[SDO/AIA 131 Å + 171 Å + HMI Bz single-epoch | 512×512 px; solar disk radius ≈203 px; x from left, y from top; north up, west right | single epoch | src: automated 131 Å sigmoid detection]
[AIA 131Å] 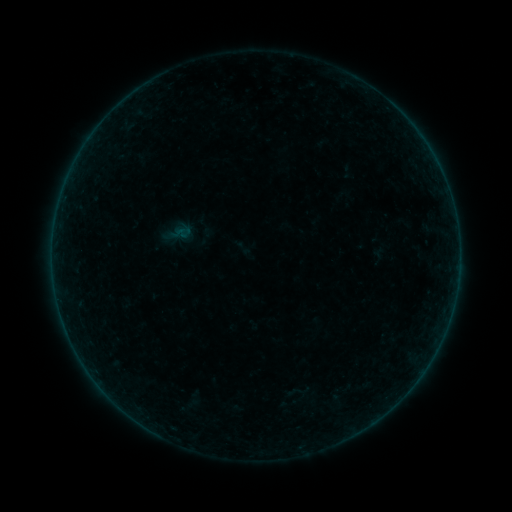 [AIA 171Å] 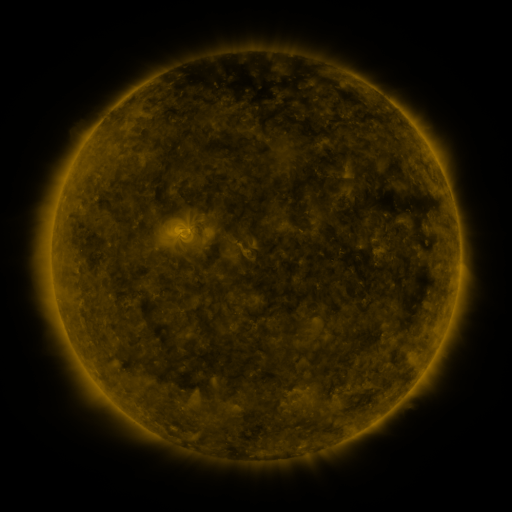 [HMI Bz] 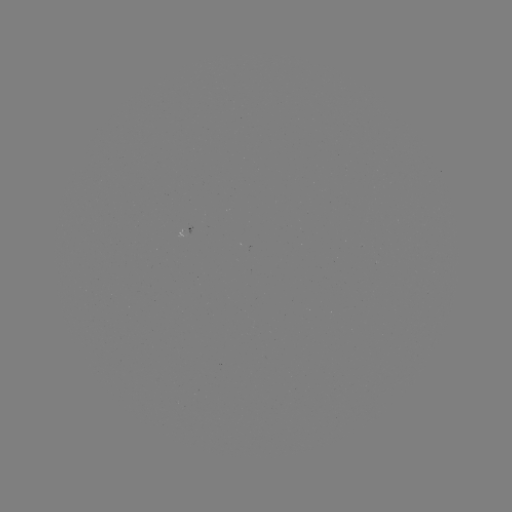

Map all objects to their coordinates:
sigmoid: (243, 248)
